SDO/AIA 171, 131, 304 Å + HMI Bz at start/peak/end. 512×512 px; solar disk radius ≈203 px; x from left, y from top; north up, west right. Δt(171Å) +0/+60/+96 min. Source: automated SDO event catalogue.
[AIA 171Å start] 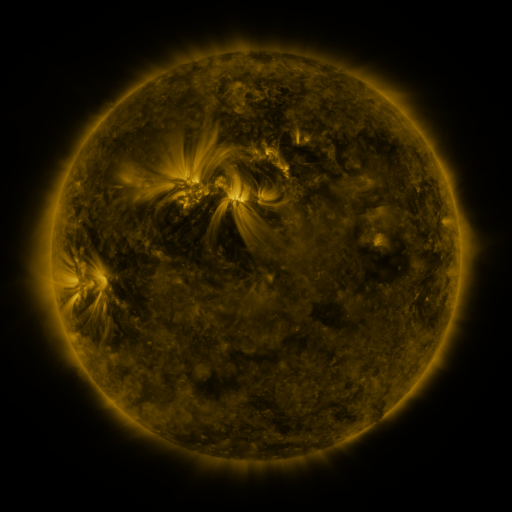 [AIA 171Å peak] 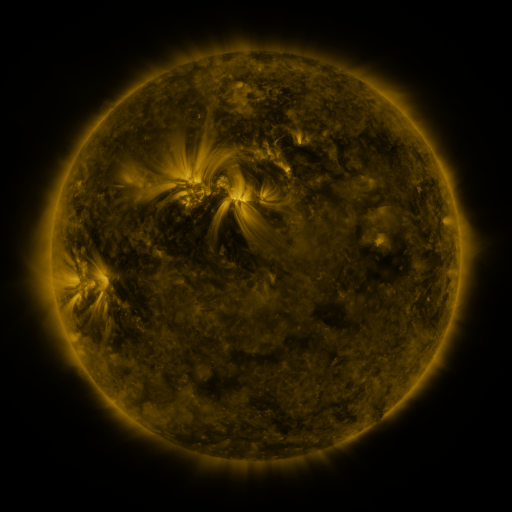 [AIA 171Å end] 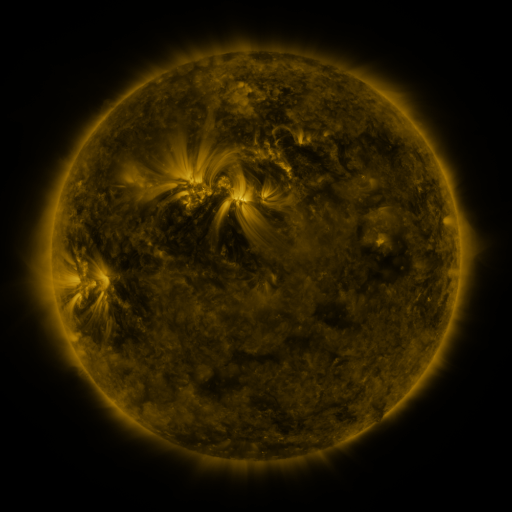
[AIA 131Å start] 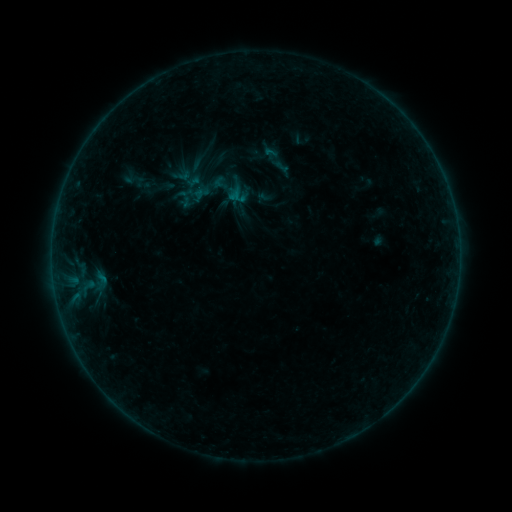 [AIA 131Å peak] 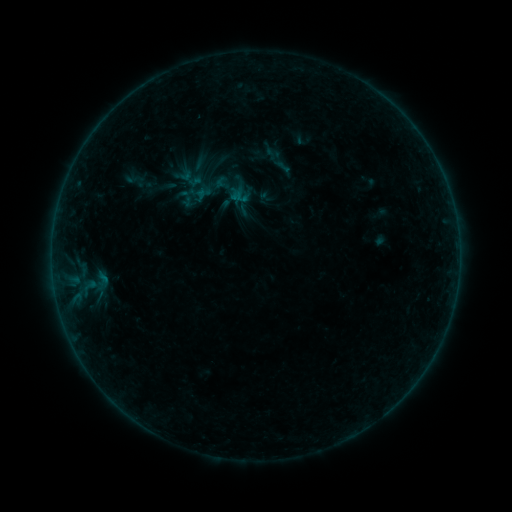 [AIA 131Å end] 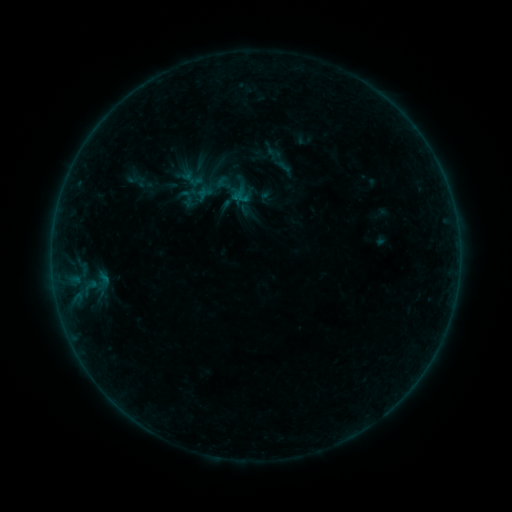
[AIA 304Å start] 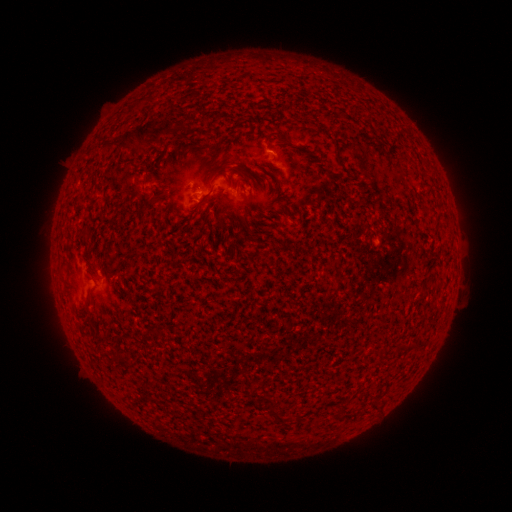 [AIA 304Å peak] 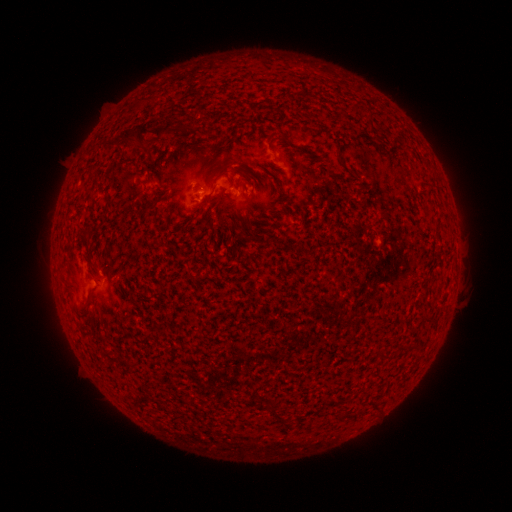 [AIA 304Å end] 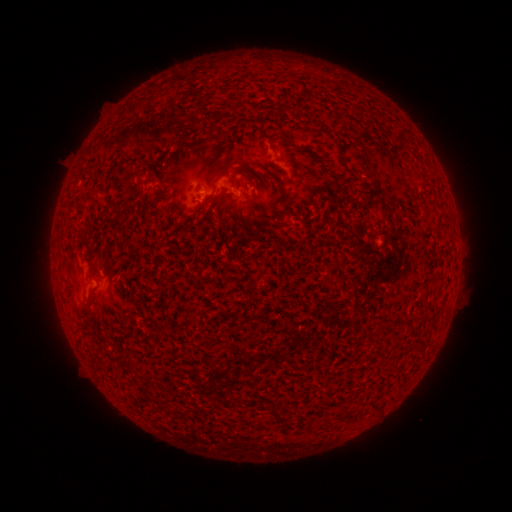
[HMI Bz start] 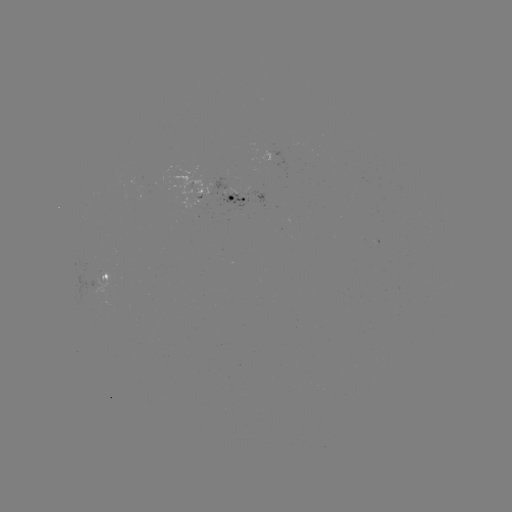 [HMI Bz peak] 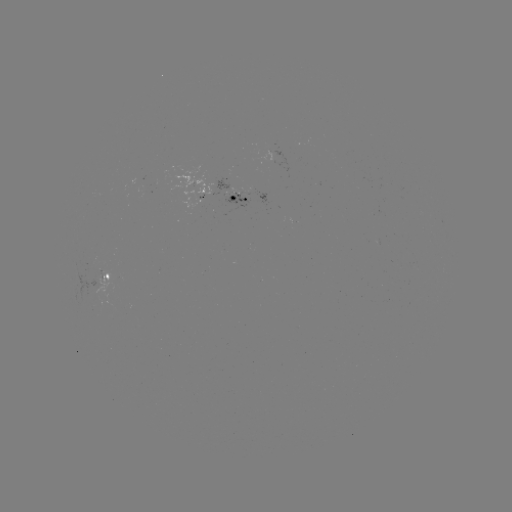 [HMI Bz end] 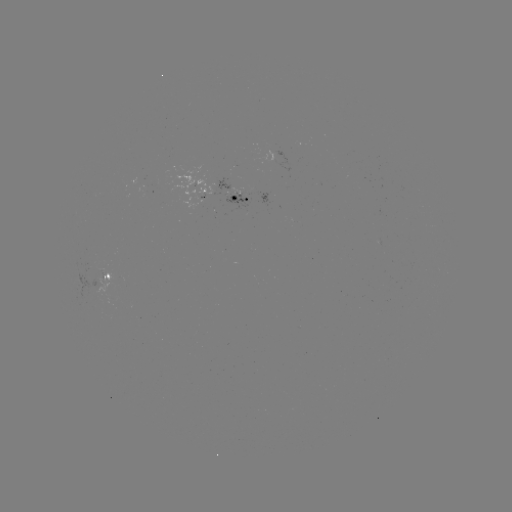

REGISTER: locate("emerging-flux region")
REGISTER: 231,193